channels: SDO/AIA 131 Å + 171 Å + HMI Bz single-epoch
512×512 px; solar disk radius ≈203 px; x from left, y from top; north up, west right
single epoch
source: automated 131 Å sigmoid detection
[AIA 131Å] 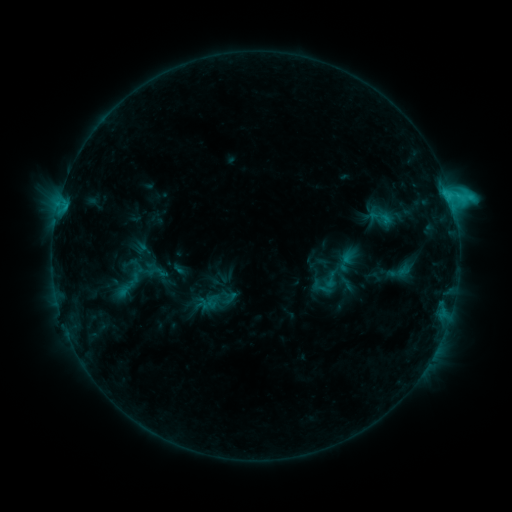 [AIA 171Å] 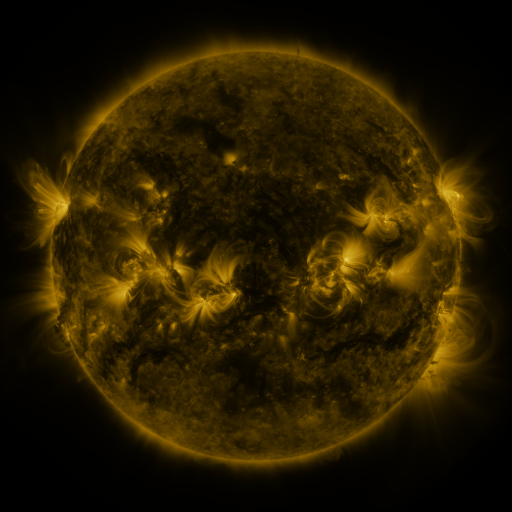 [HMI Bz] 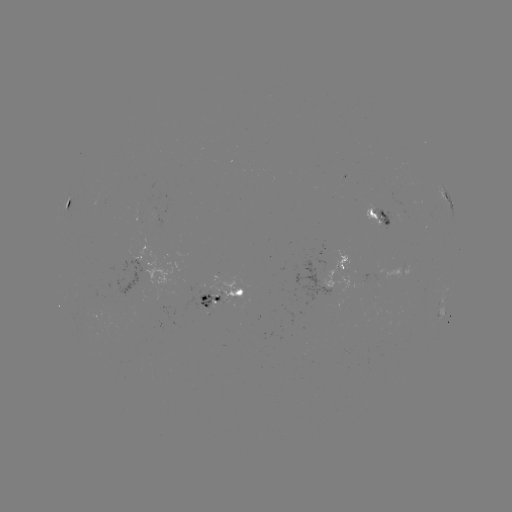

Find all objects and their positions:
sigmoid: (331, 280)
sigmoid: (219, 300)
